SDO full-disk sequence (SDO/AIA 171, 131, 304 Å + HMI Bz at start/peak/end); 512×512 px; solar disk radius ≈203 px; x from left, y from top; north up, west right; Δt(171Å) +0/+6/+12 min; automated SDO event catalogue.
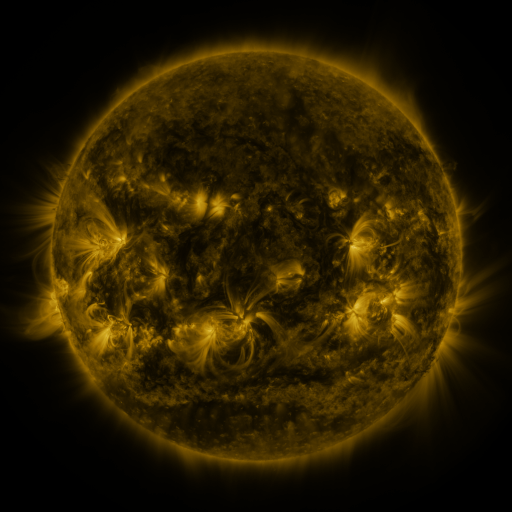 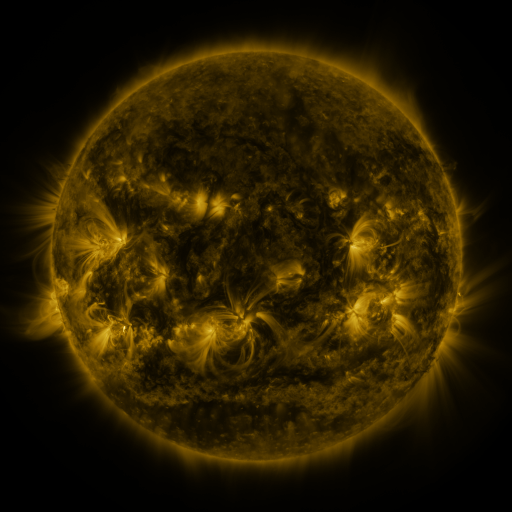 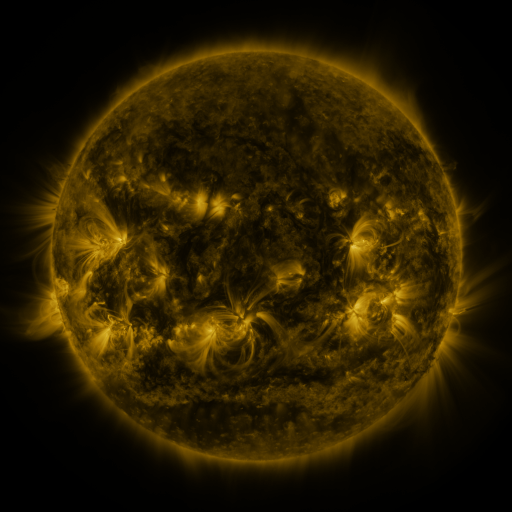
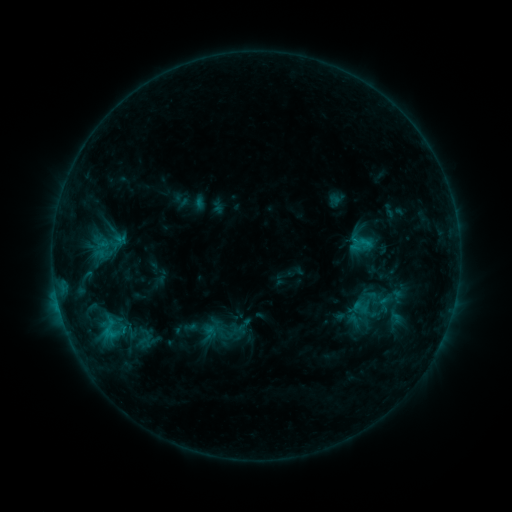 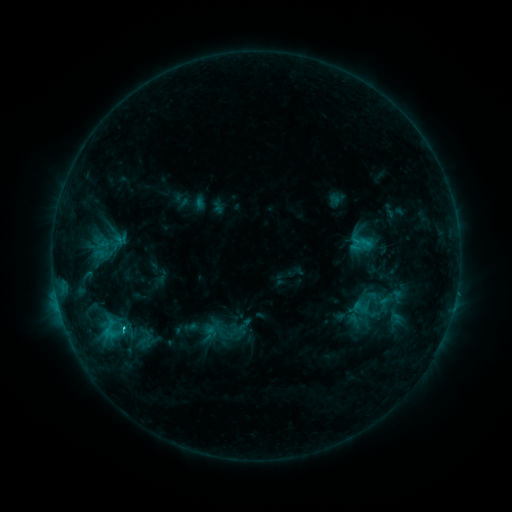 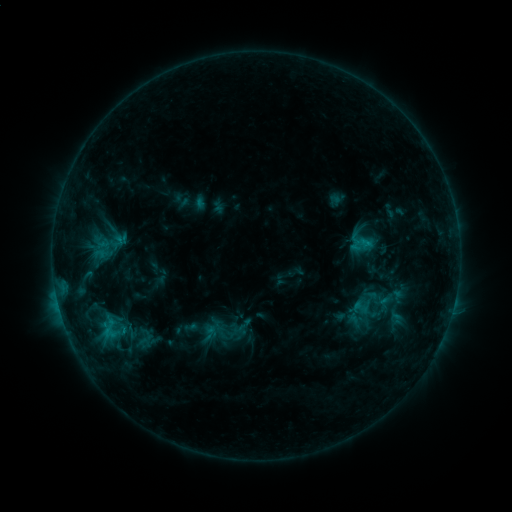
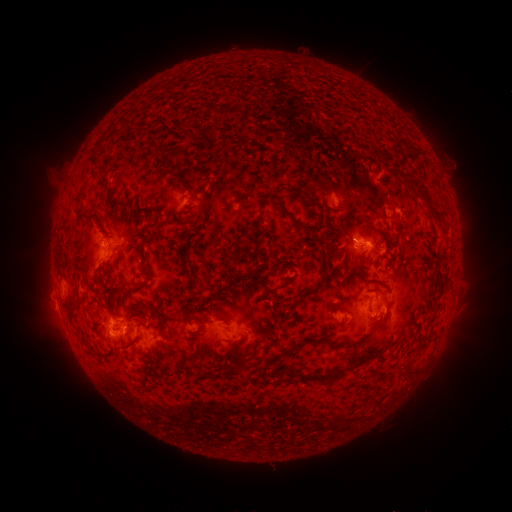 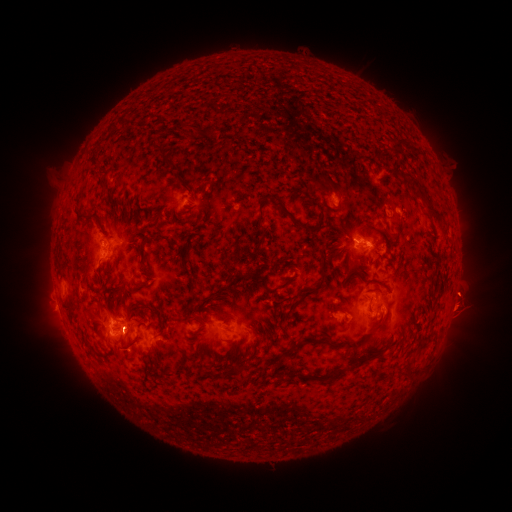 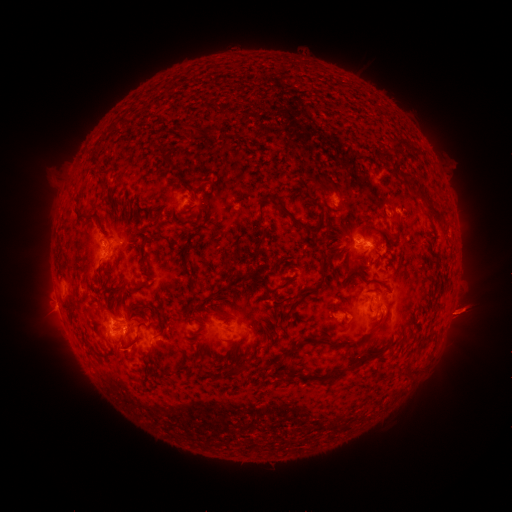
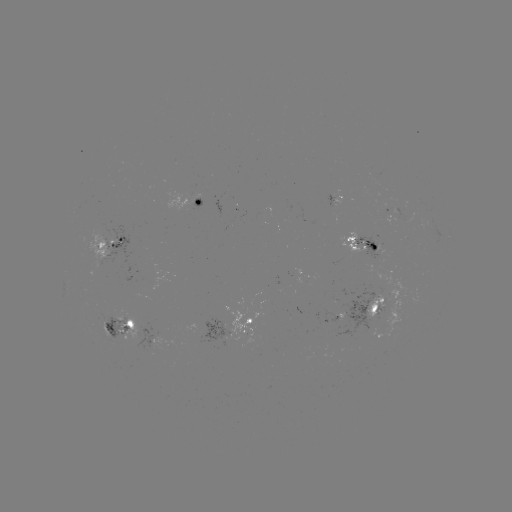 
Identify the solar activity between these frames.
eruption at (462, 301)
